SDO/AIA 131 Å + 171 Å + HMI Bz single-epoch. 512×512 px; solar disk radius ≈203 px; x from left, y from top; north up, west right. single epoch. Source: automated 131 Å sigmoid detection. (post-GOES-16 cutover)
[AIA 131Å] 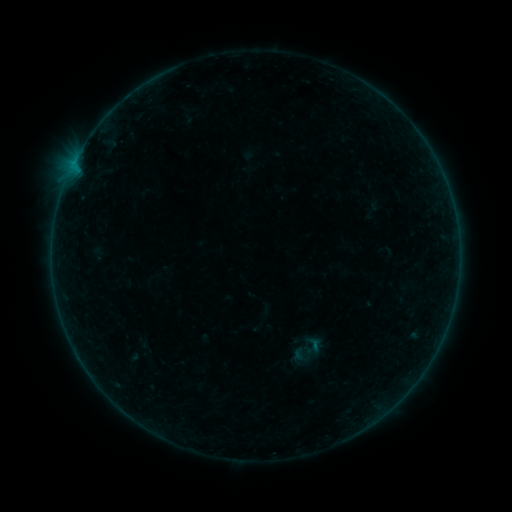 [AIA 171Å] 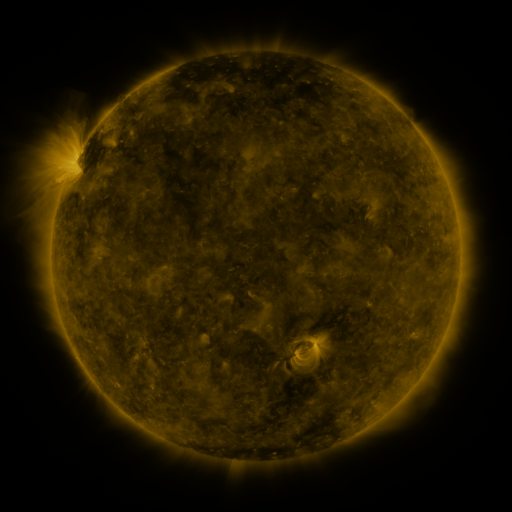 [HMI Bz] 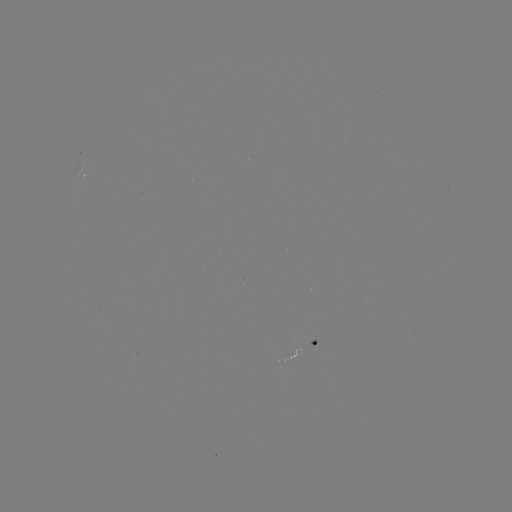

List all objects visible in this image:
sigmoid: (314, 344)
sigmoid: (302, 357)
